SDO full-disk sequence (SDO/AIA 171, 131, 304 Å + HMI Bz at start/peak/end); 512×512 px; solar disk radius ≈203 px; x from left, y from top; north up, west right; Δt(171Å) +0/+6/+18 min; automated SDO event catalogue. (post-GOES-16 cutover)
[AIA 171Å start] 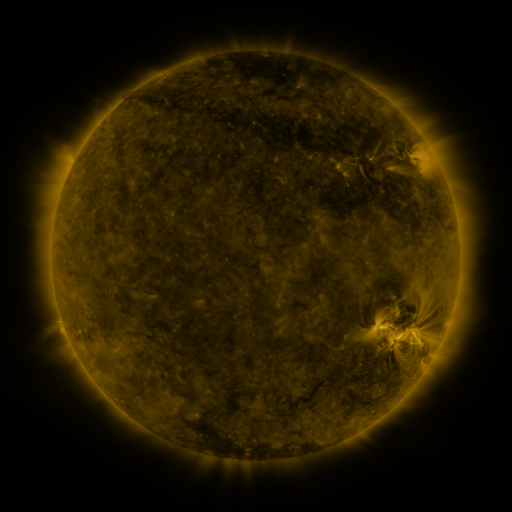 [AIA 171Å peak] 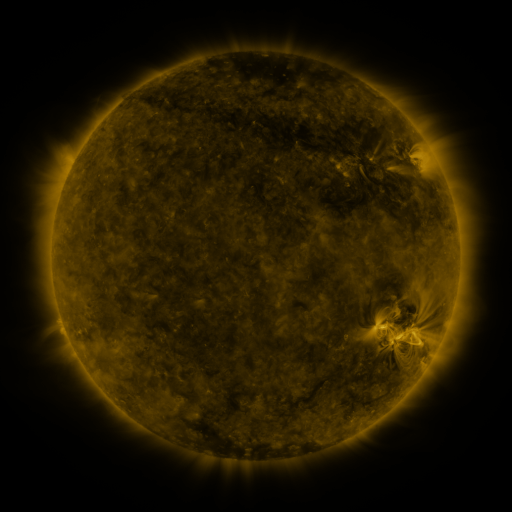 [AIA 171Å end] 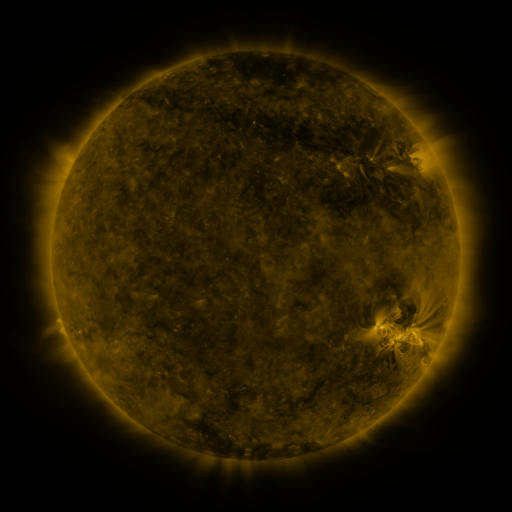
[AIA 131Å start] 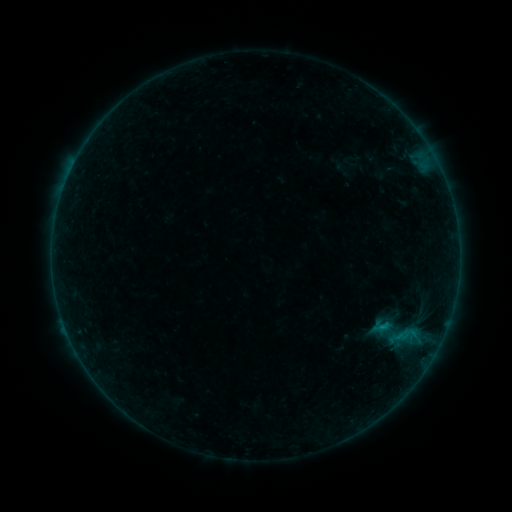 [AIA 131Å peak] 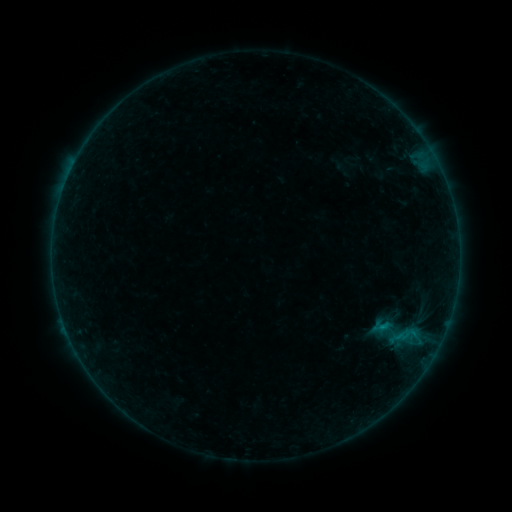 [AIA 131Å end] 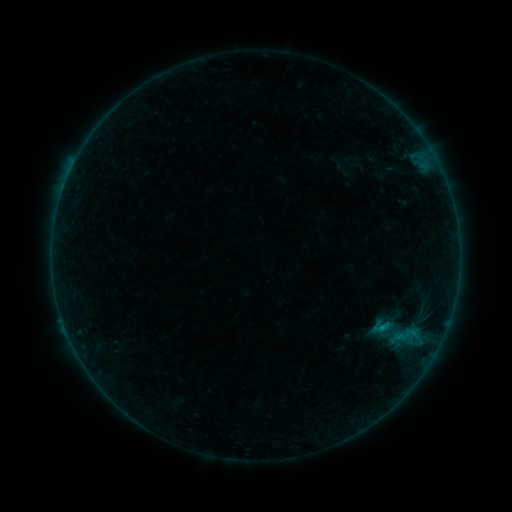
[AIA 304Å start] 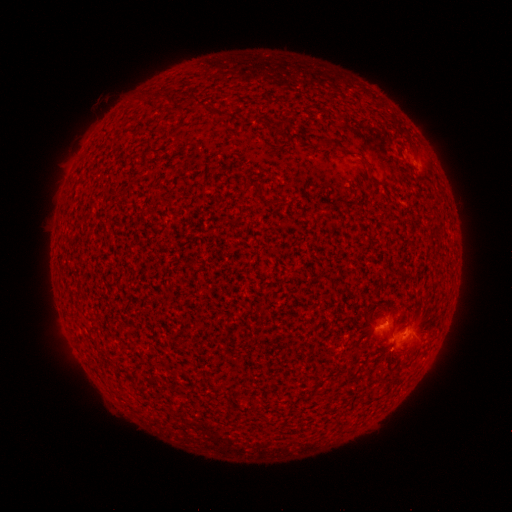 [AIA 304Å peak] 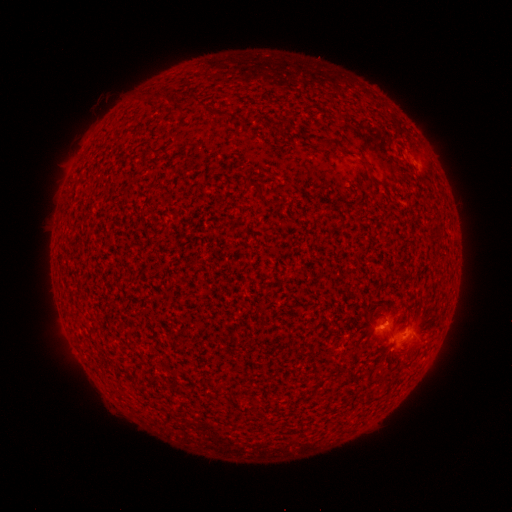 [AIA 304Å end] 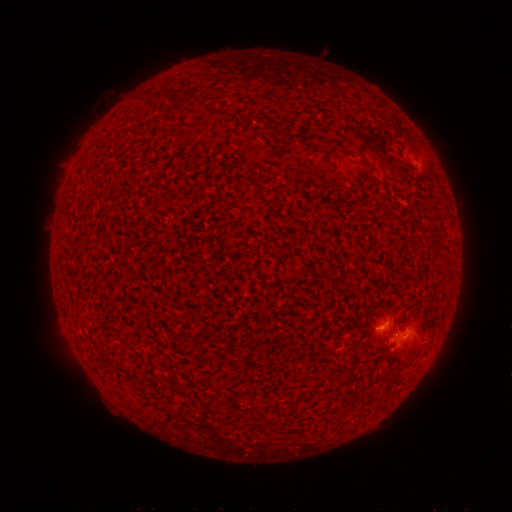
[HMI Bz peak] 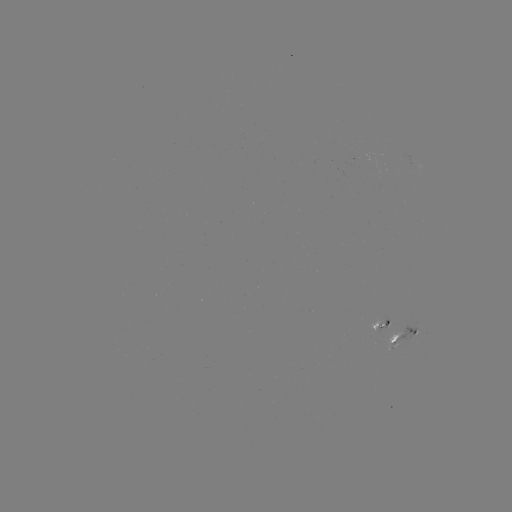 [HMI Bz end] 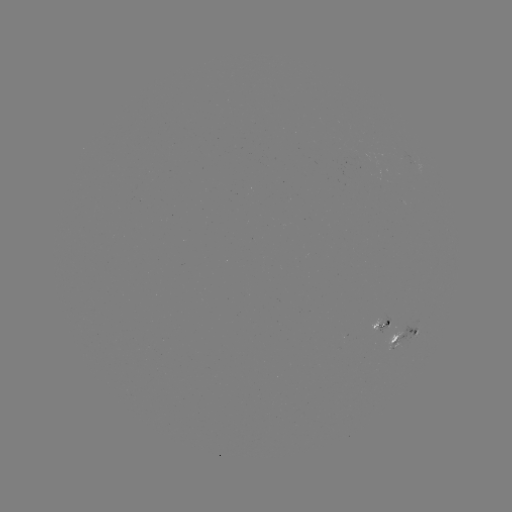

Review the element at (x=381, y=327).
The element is B6.2 flare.